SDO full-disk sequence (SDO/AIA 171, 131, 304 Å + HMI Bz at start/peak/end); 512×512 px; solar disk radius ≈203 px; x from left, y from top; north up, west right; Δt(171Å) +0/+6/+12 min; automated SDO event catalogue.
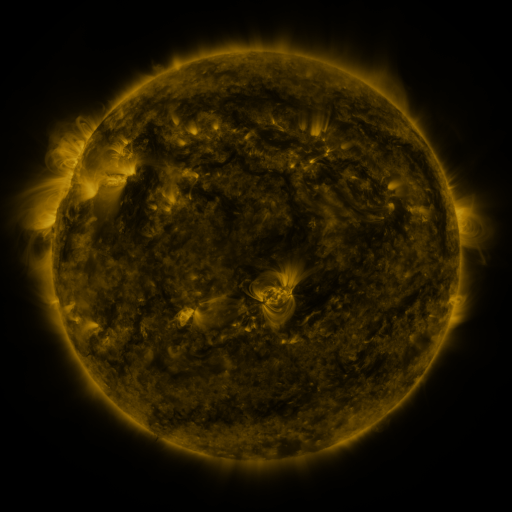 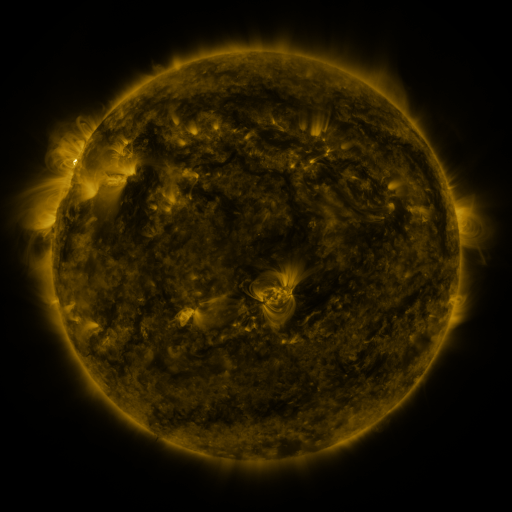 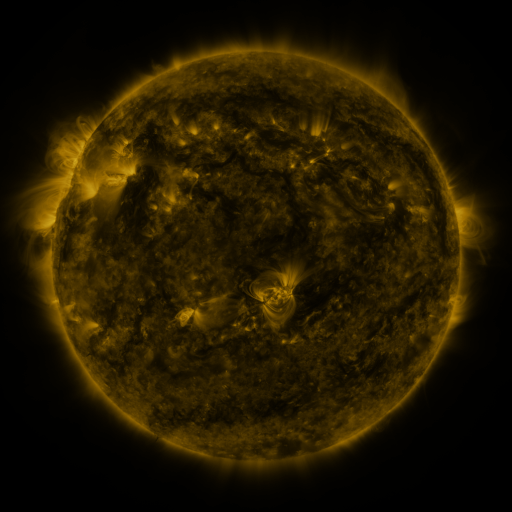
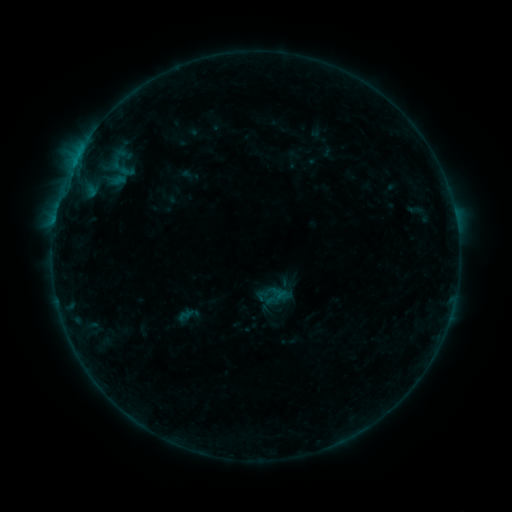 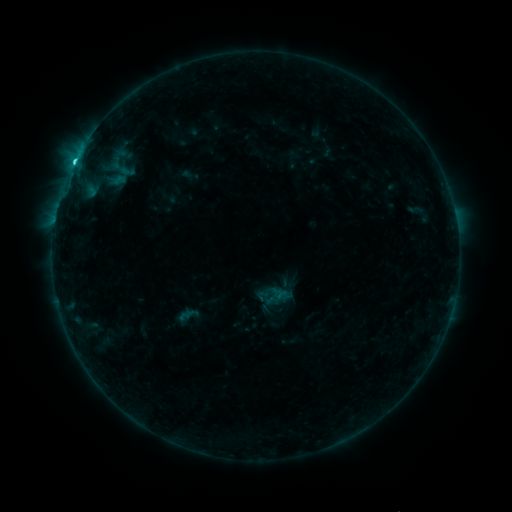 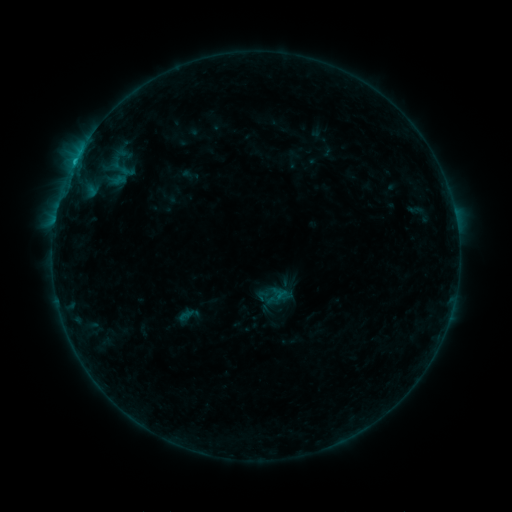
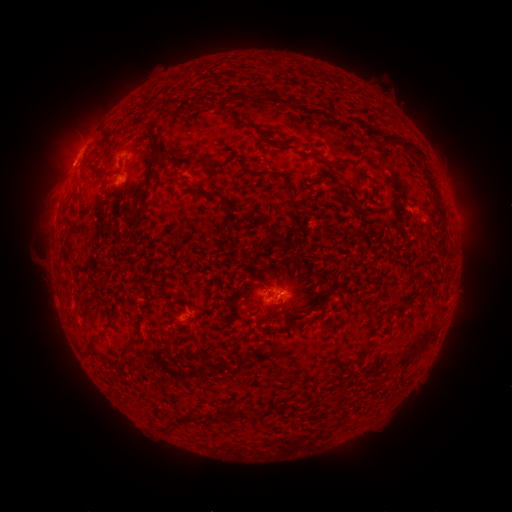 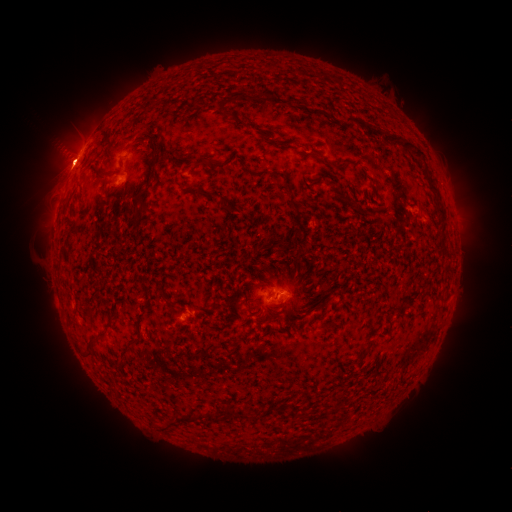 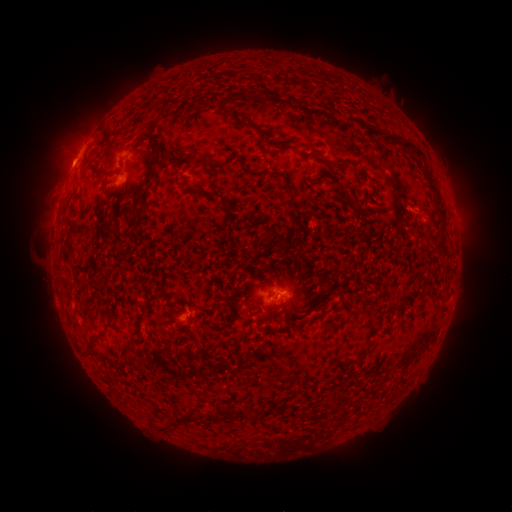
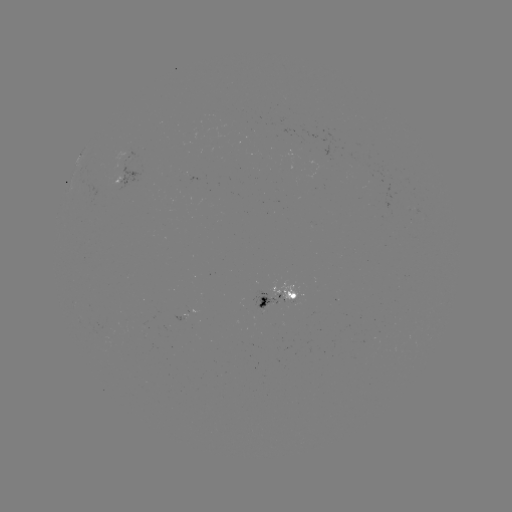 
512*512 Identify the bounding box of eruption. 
[36, 96, 96, 202].